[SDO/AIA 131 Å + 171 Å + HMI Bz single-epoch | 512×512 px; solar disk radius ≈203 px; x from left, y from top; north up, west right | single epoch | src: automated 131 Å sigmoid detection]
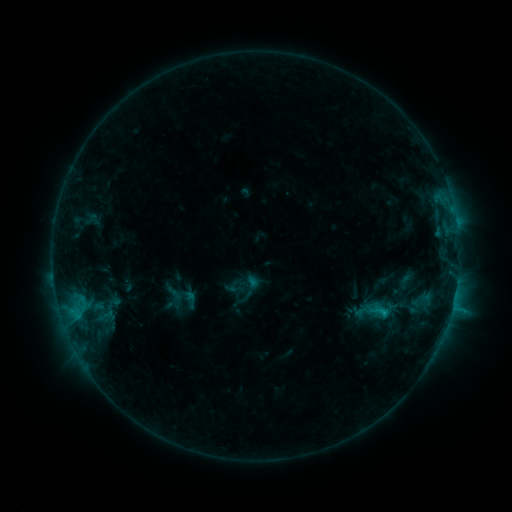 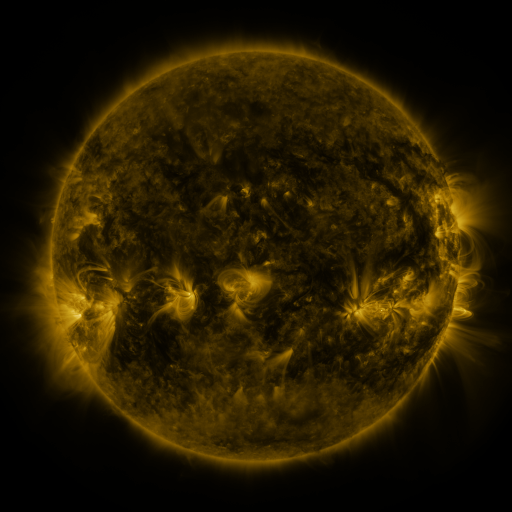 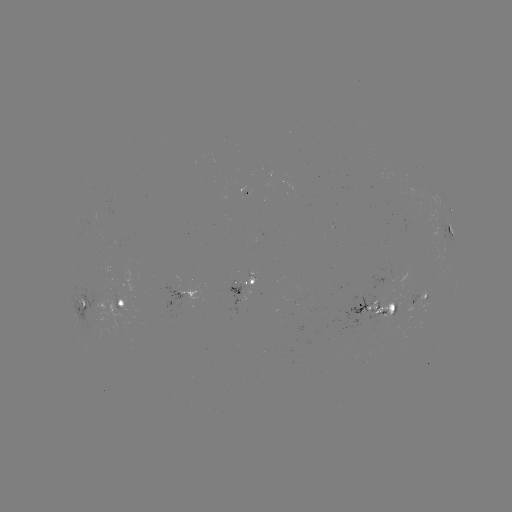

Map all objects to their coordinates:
sigmoid: (178, 297)
sigmoid: (380, 312)
